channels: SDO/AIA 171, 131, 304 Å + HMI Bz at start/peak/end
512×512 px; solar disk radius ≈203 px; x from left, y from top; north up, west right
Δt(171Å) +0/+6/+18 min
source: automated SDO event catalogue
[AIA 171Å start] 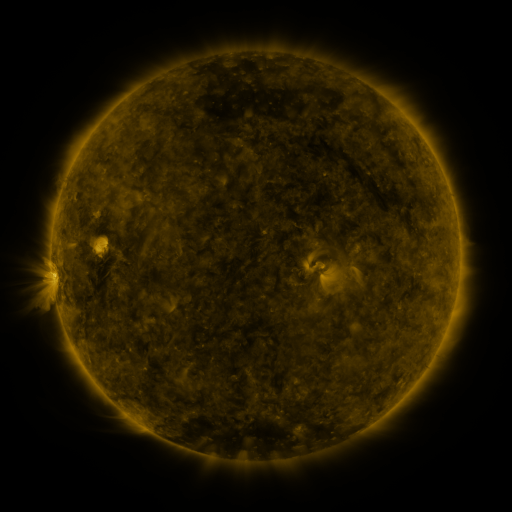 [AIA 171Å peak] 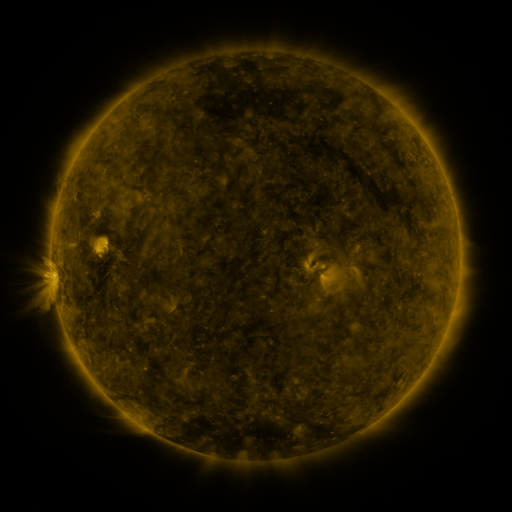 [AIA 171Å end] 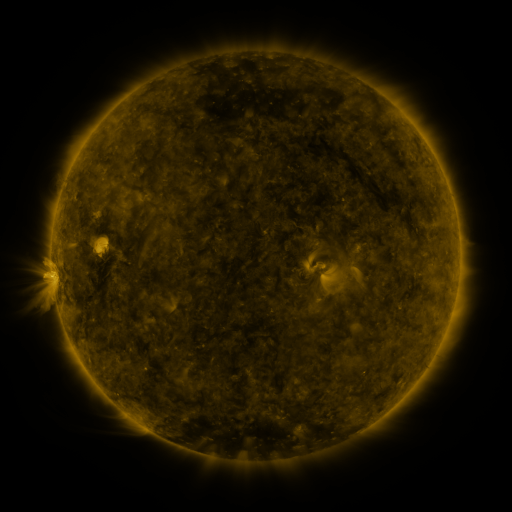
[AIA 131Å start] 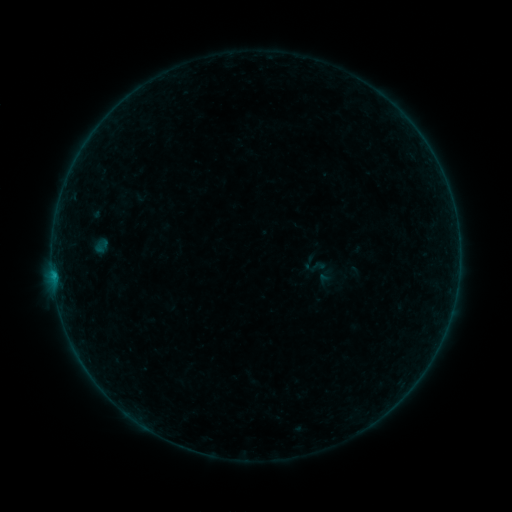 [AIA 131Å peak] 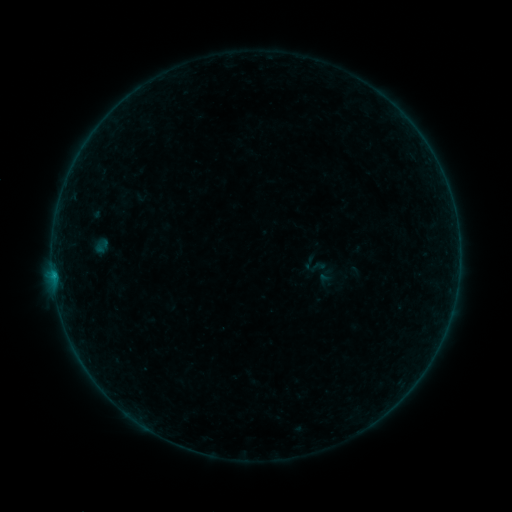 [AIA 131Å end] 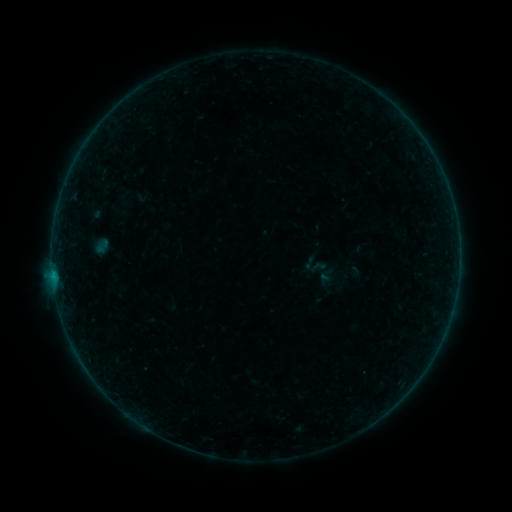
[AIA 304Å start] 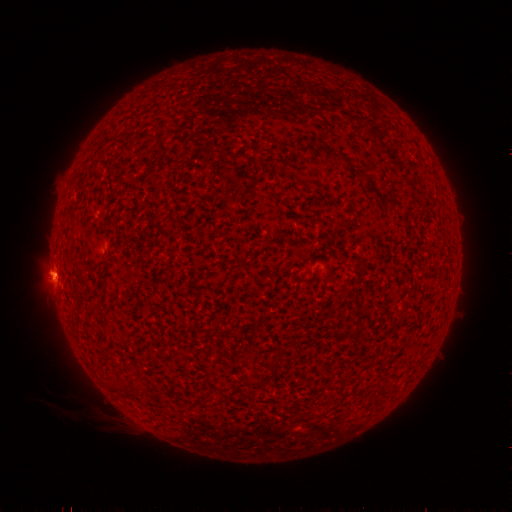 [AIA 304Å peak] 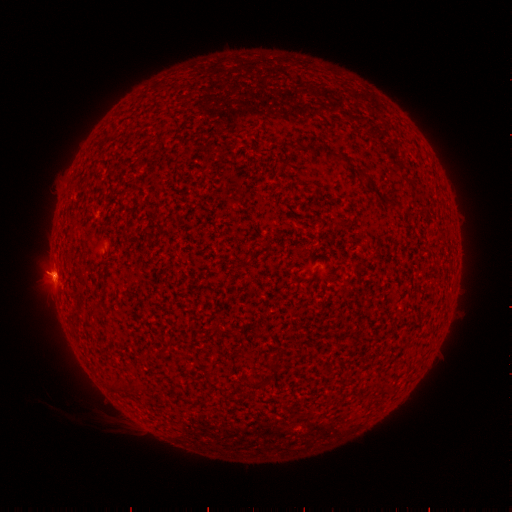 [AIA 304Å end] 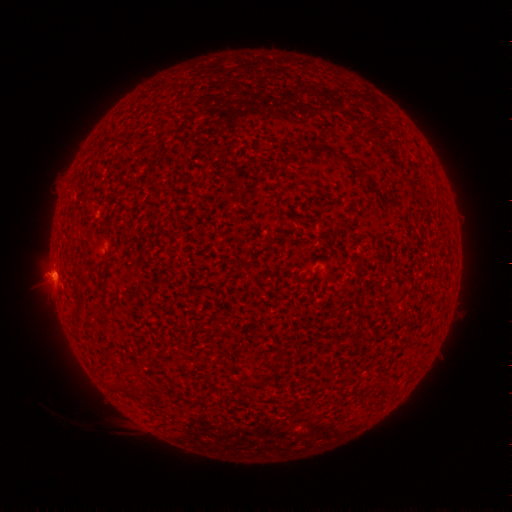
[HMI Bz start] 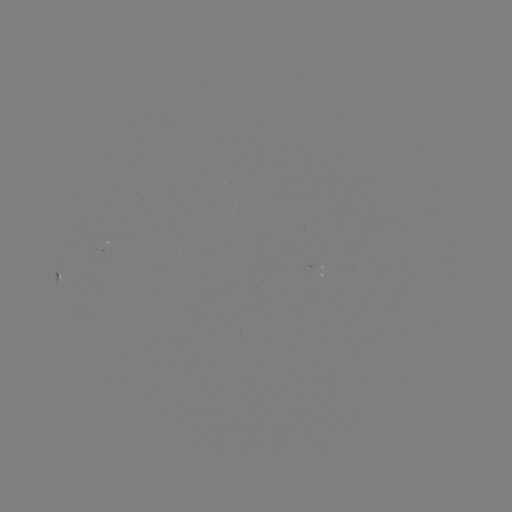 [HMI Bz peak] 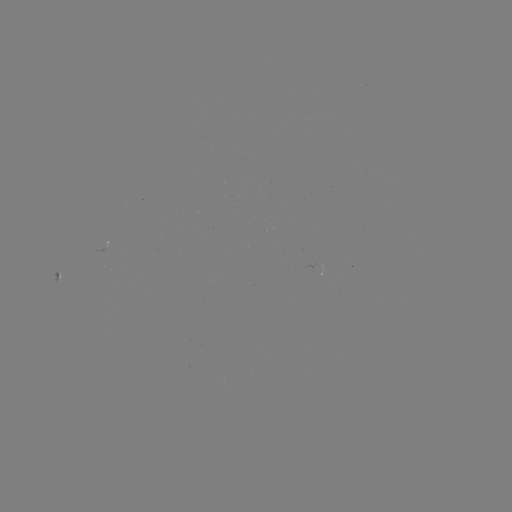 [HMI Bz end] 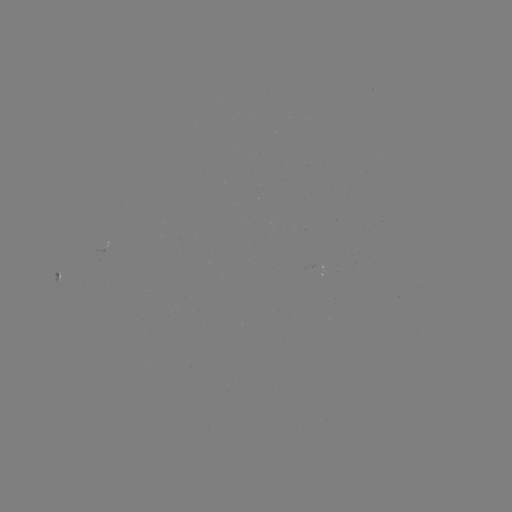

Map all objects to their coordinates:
B2.6 flare: (54, 275)
